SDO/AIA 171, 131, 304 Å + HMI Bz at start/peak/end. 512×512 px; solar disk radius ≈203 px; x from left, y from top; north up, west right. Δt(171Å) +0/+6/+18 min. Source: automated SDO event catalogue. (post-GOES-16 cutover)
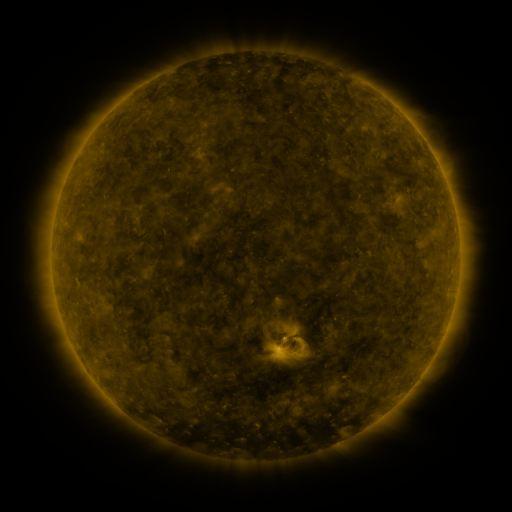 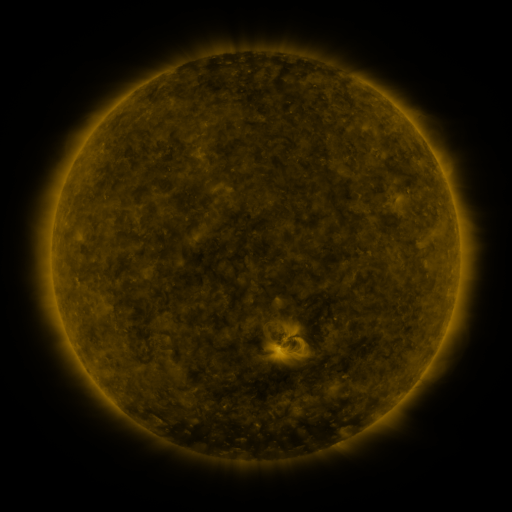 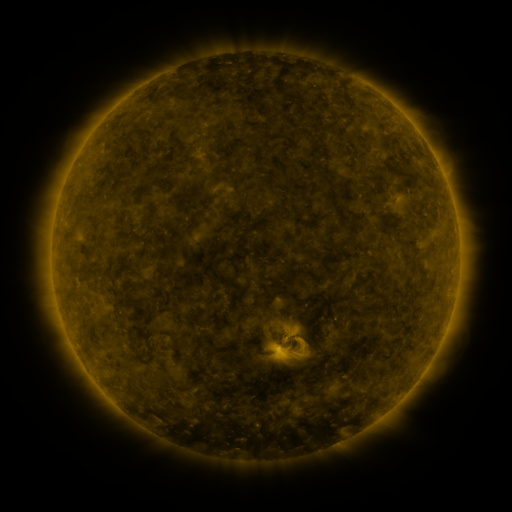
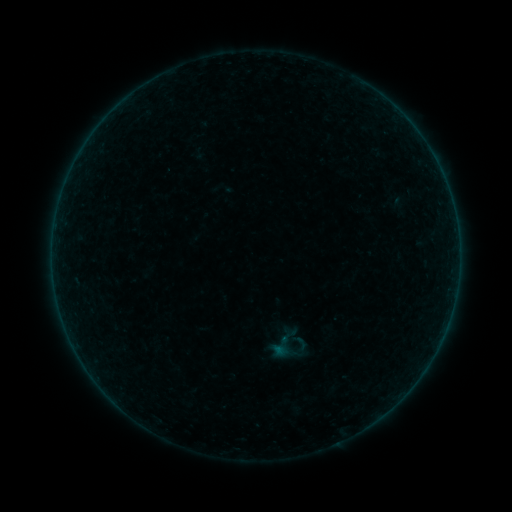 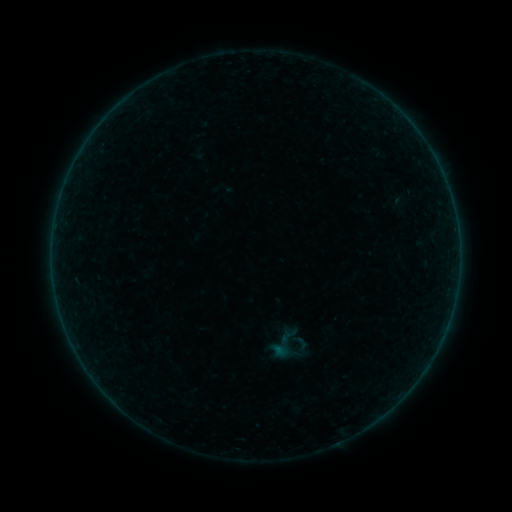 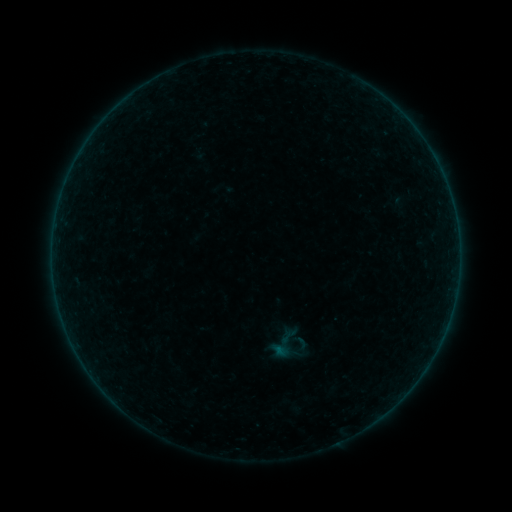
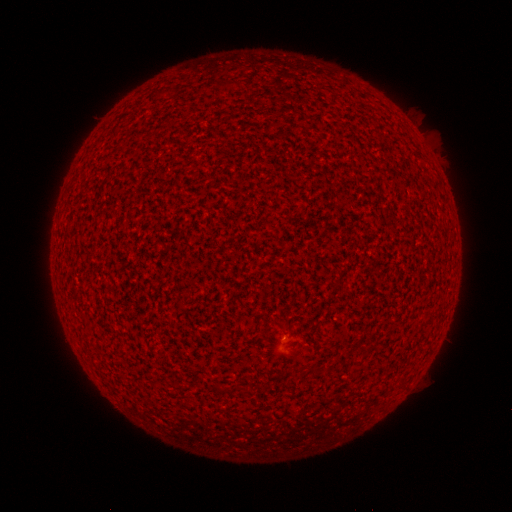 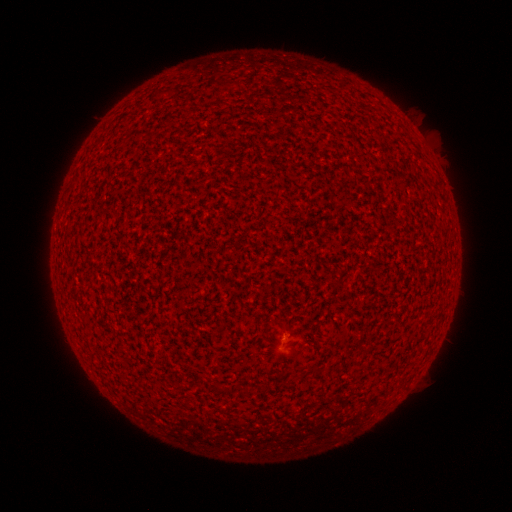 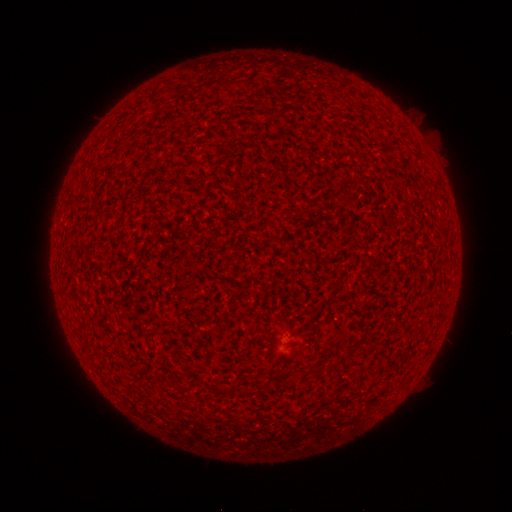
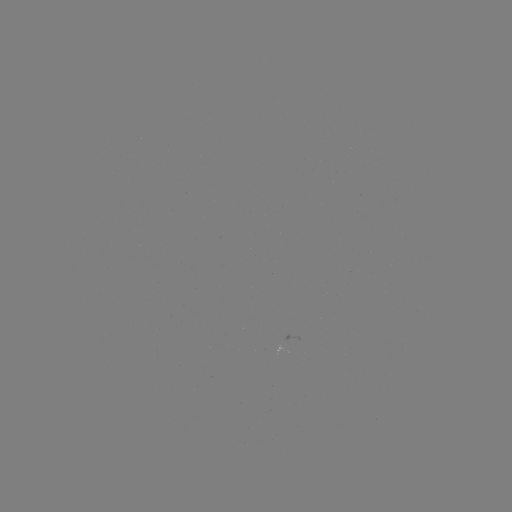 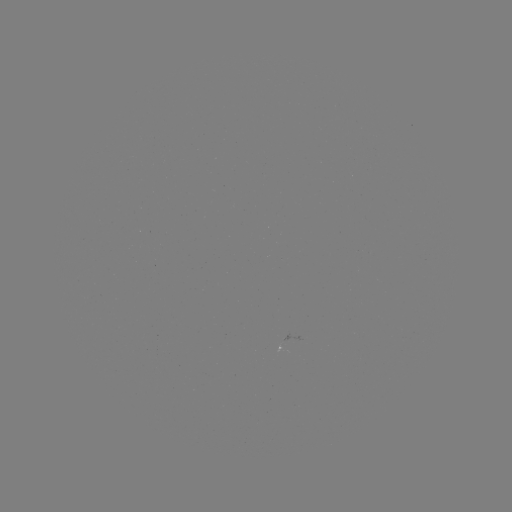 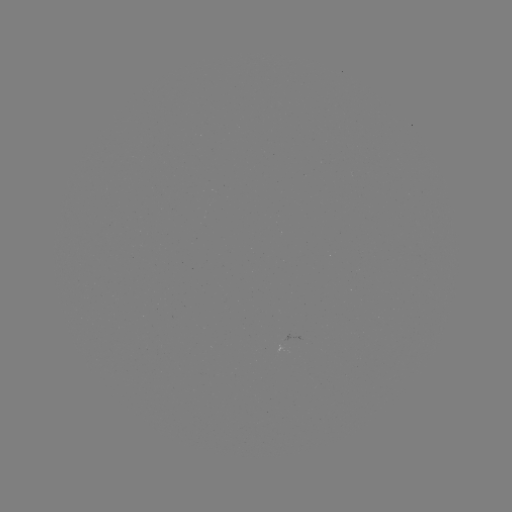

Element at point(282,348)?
A1.6 flare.